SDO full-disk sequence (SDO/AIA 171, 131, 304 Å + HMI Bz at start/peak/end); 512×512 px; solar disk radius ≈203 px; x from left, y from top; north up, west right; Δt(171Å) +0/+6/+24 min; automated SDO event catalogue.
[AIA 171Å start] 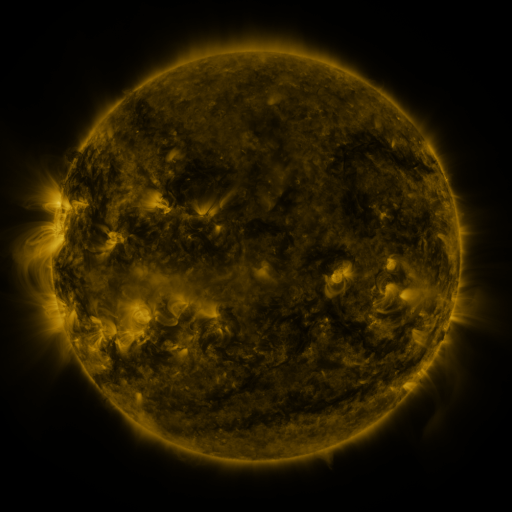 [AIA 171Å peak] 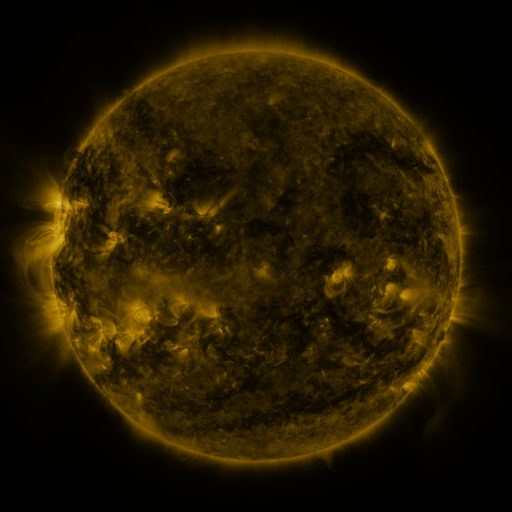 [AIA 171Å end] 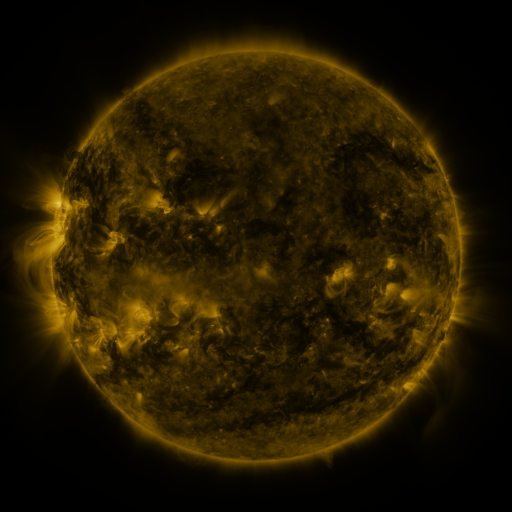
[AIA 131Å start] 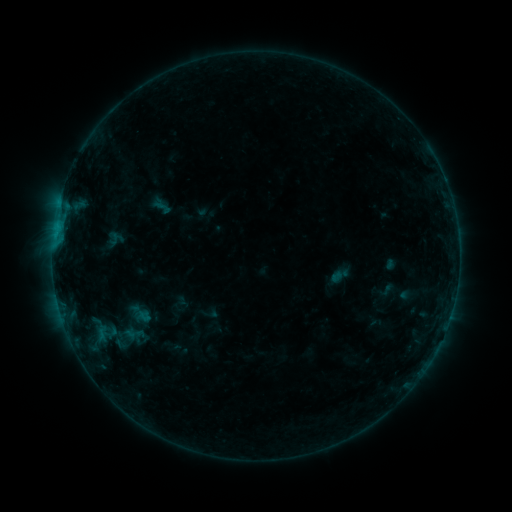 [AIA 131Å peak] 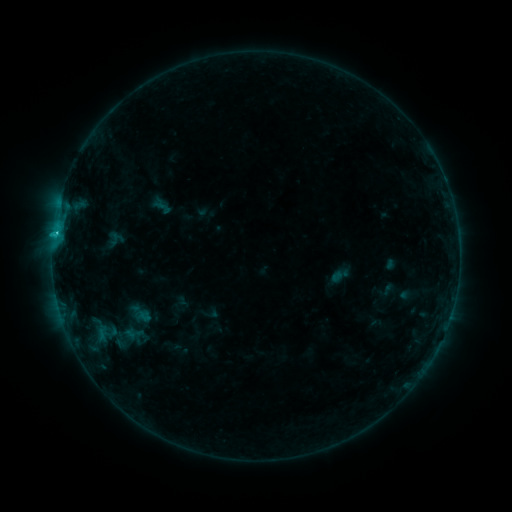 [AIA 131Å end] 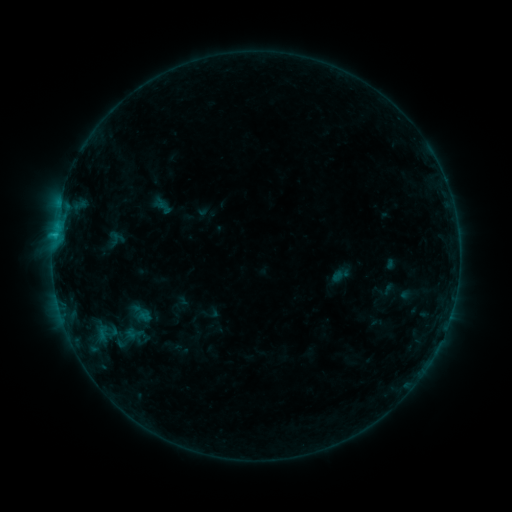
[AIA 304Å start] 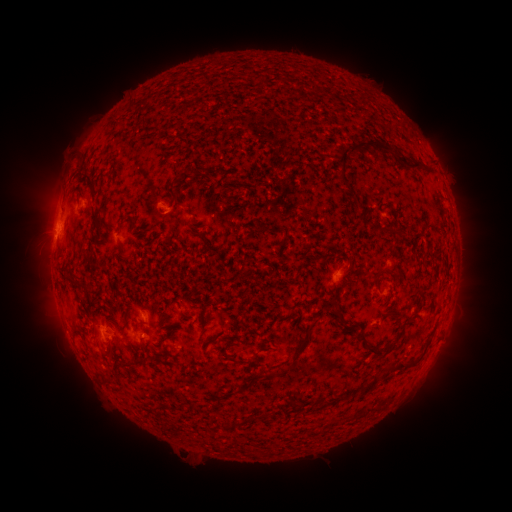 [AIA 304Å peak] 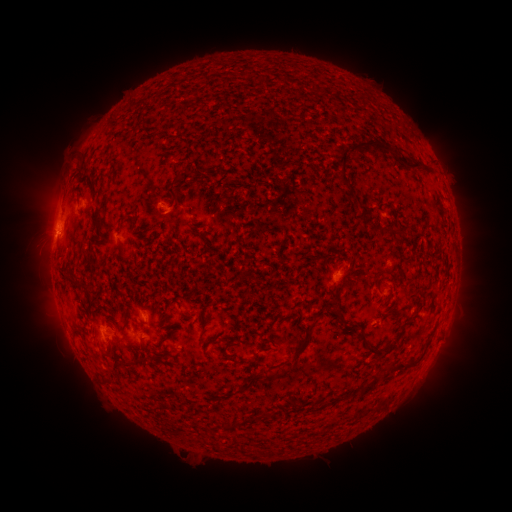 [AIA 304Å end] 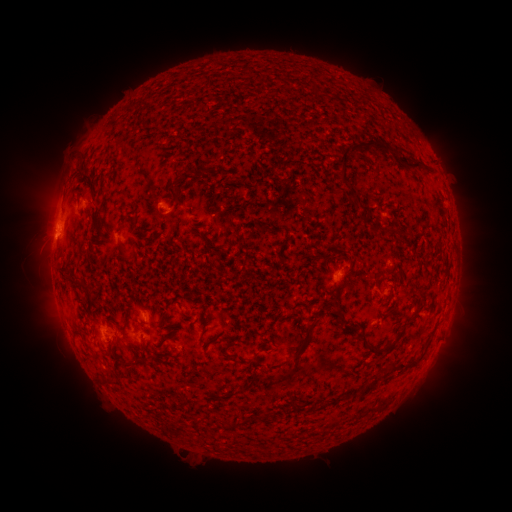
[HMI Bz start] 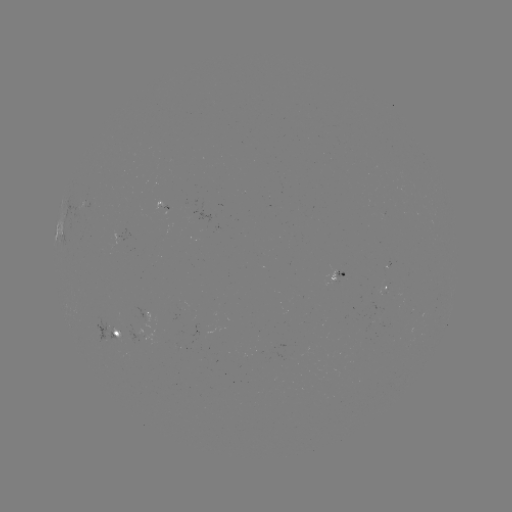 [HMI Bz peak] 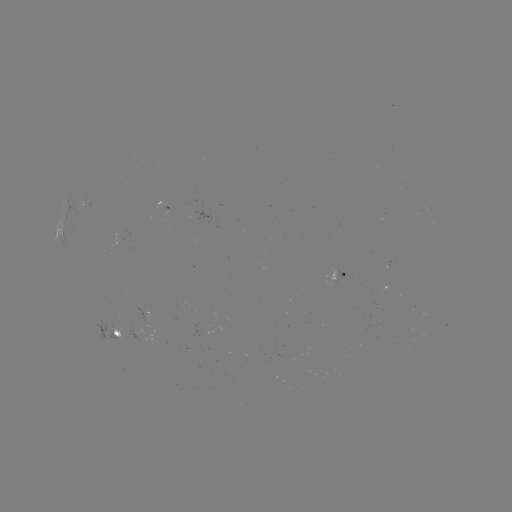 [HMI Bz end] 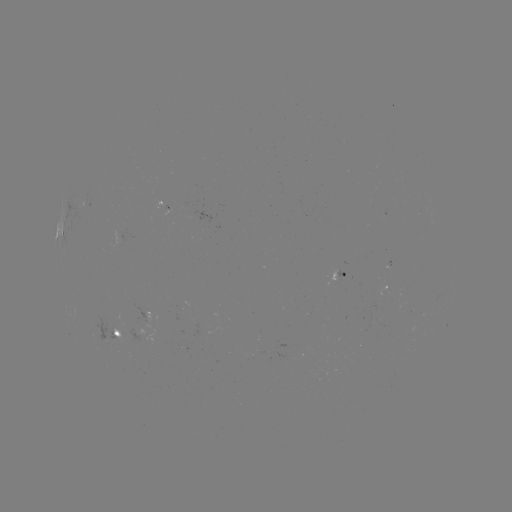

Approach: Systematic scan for B9.6 flare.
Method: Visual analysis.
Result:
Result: B9.6 flare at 56,234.